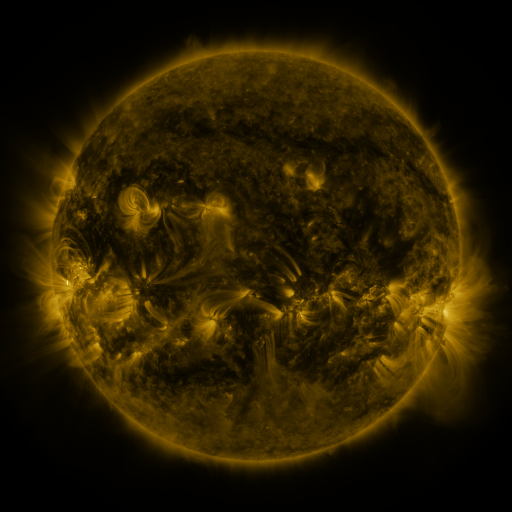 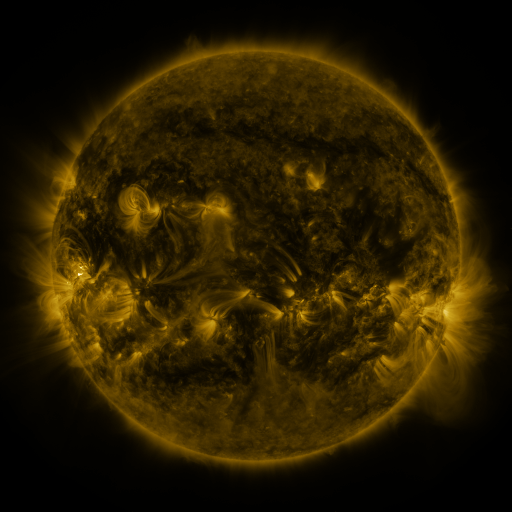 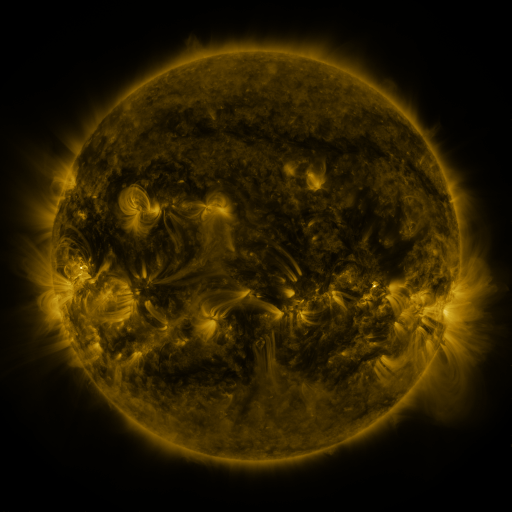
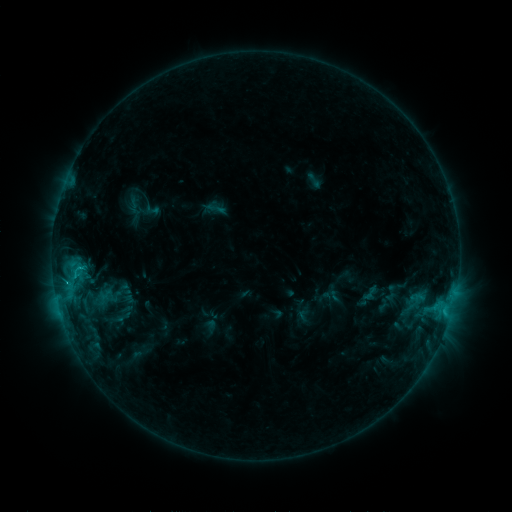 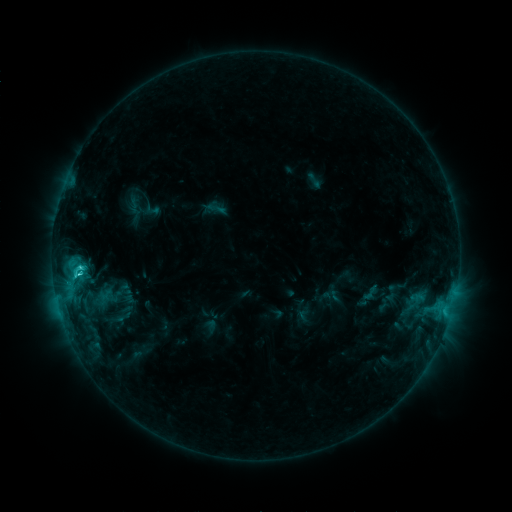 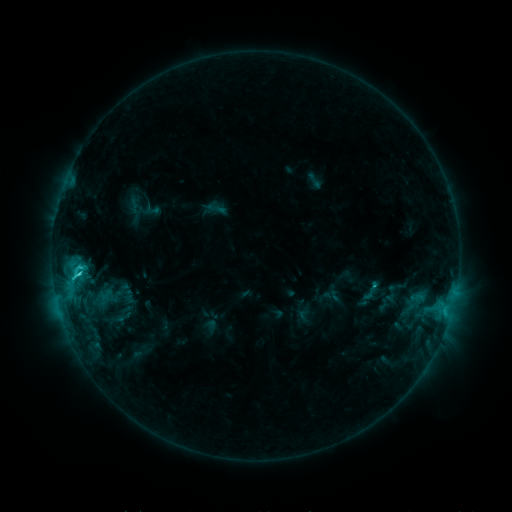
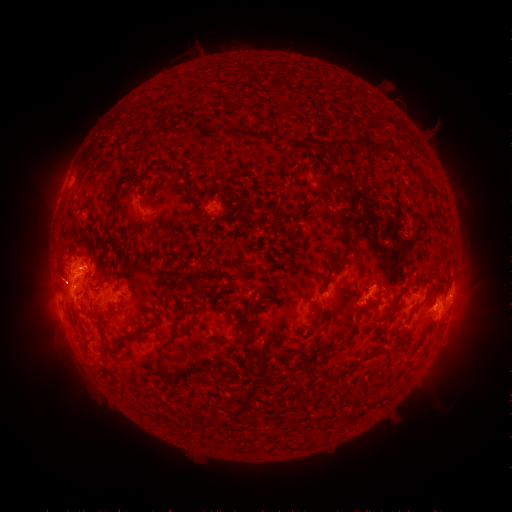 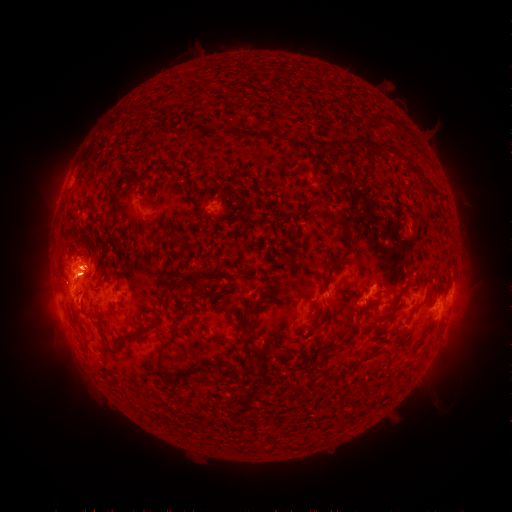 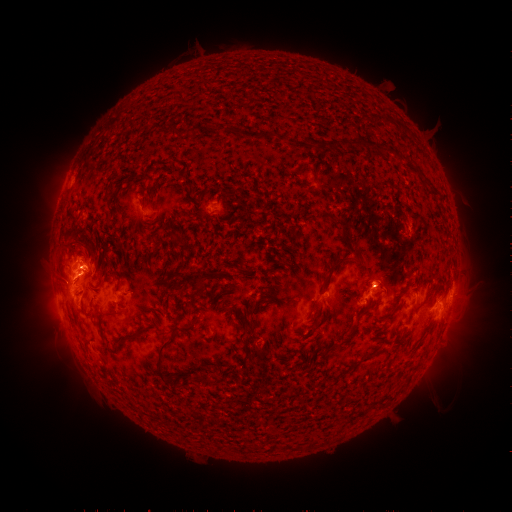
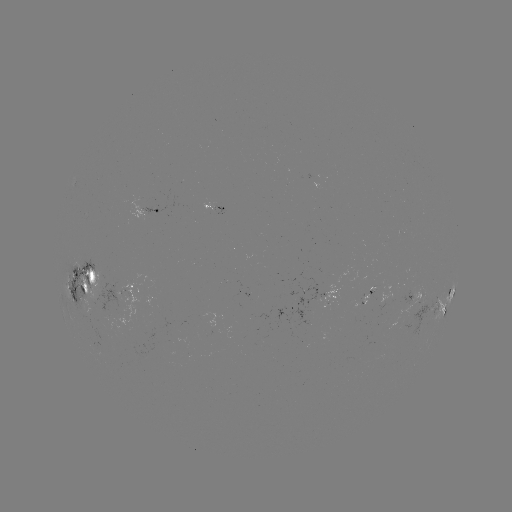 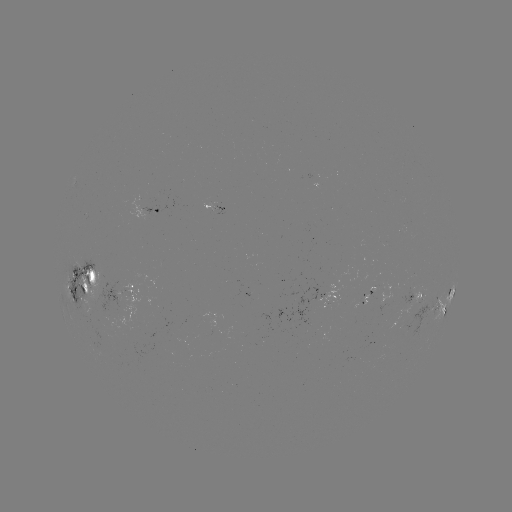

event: flare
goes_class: C3.3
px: (80, 271)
